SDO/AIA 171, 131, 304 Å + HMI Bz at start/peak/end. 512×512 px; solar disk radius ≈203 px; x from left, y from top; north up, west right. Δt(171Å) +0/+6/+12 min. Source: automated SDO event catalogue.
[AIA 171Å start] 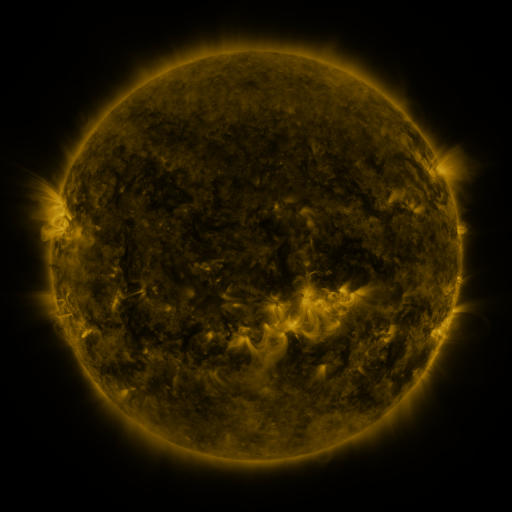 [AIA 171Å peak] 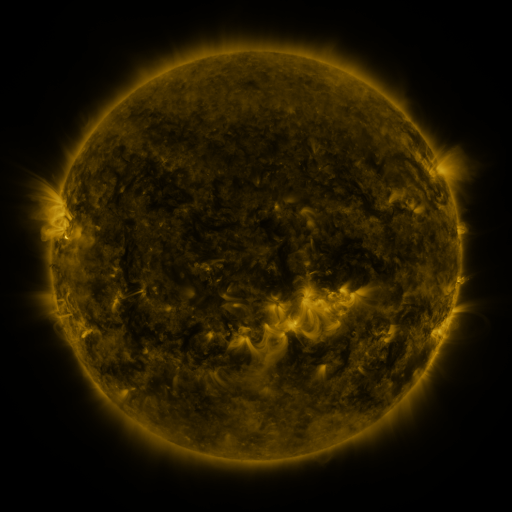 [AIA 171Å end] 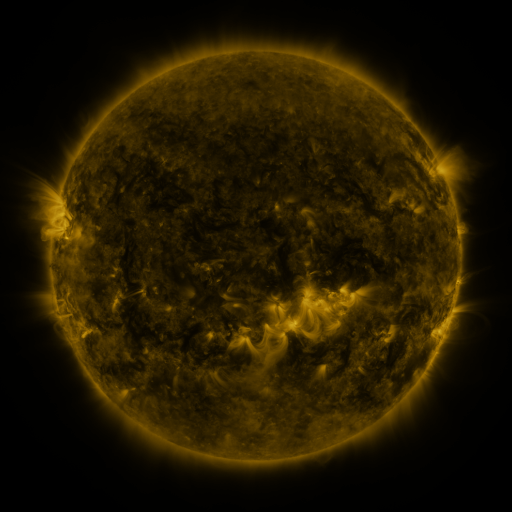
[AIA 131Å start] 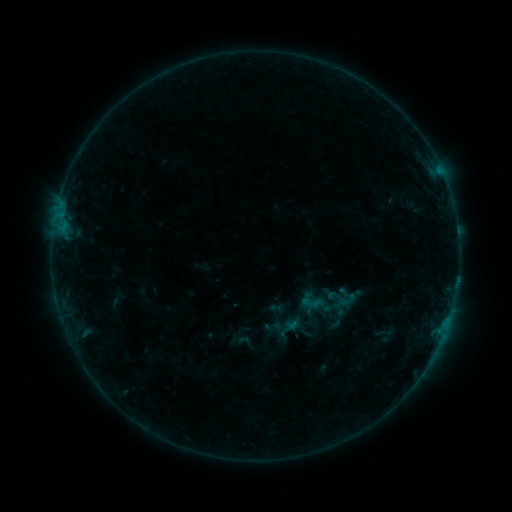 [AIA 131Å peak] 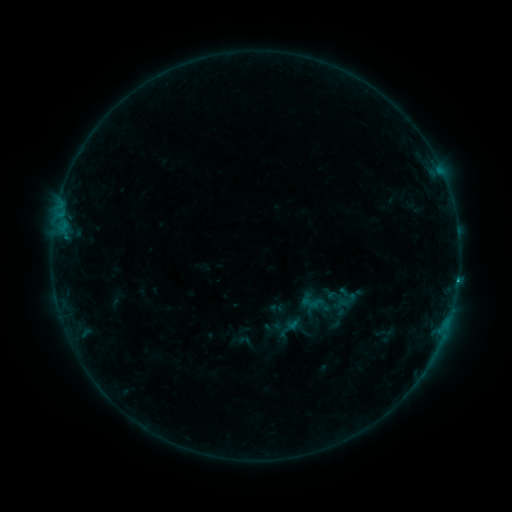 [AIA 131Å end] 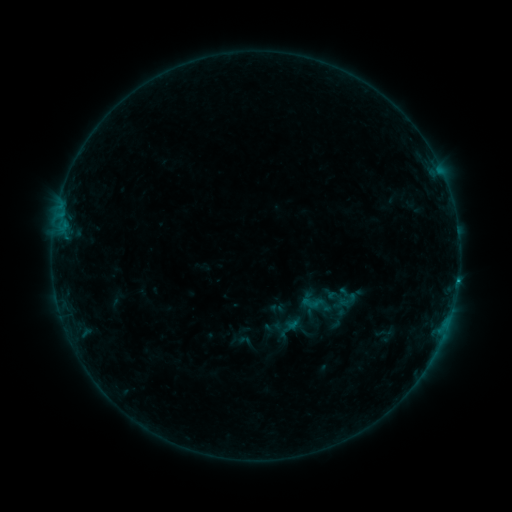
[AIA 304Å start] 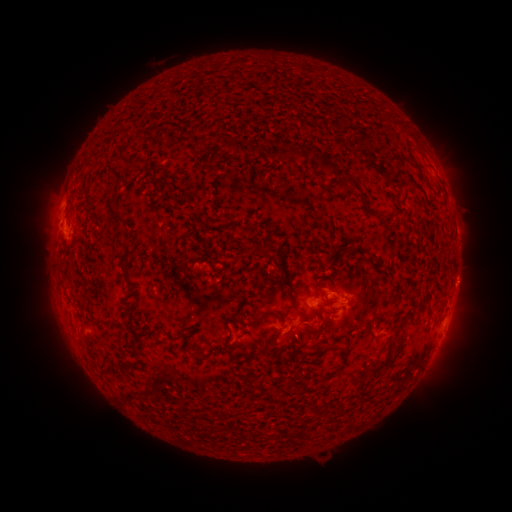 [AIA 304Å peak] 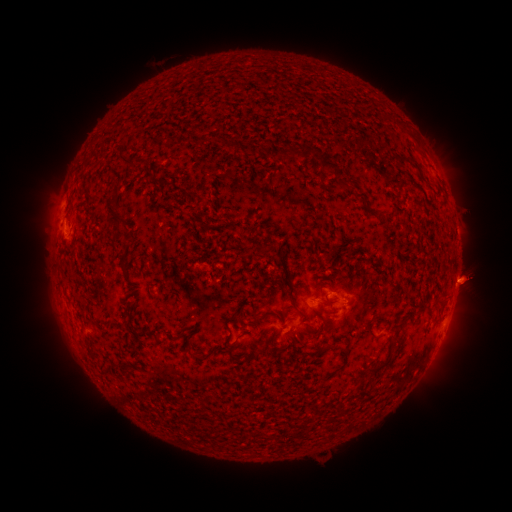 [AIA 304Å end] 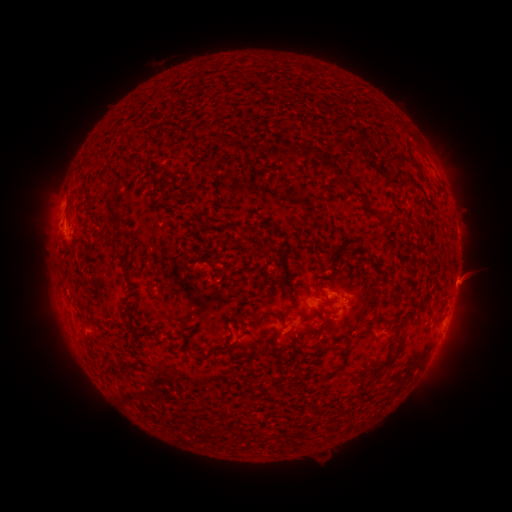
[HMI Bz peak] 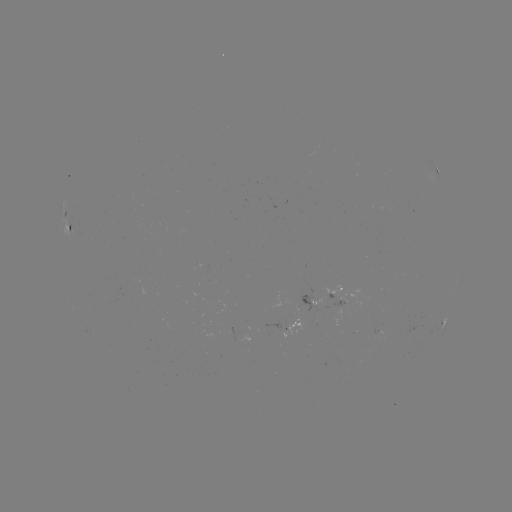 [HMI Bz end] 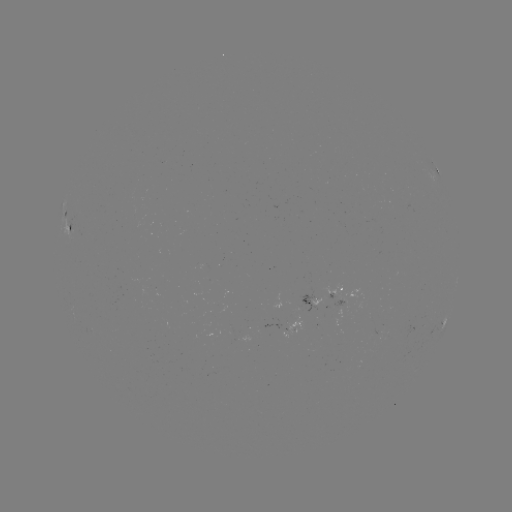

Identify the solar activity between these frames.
B4.2 flare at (458, 277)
